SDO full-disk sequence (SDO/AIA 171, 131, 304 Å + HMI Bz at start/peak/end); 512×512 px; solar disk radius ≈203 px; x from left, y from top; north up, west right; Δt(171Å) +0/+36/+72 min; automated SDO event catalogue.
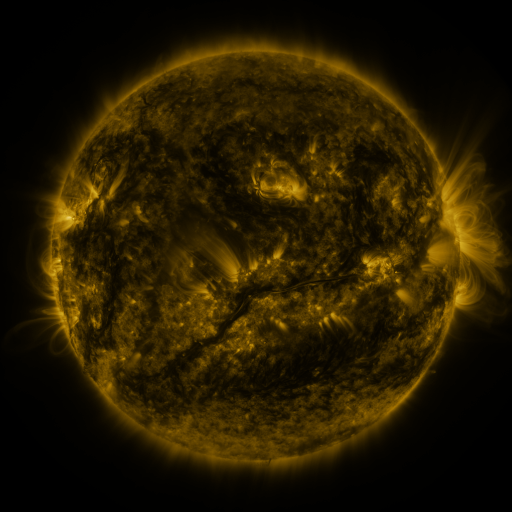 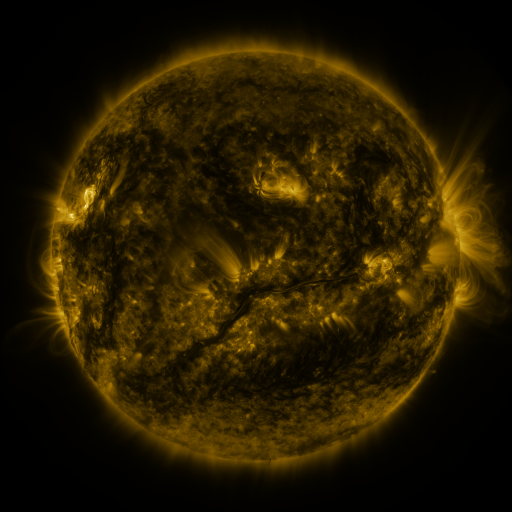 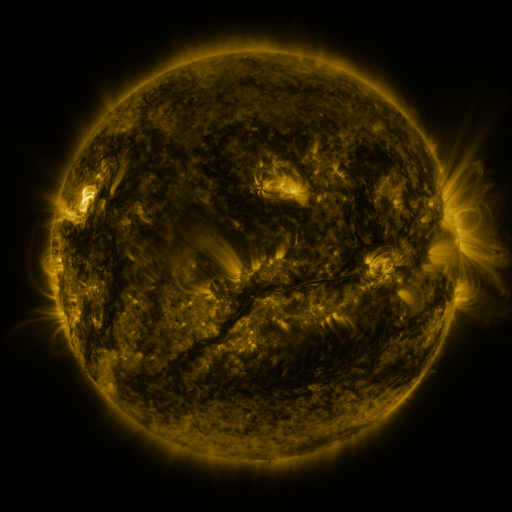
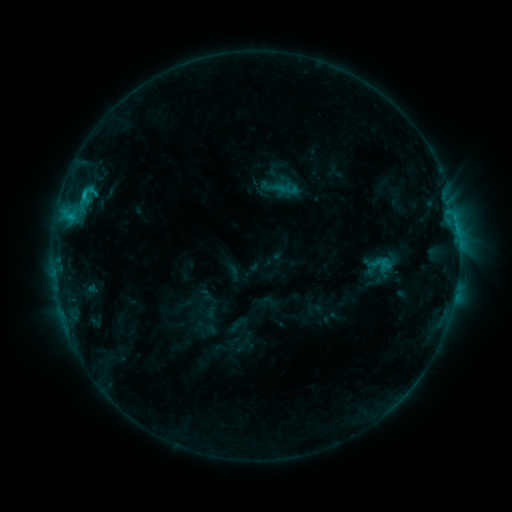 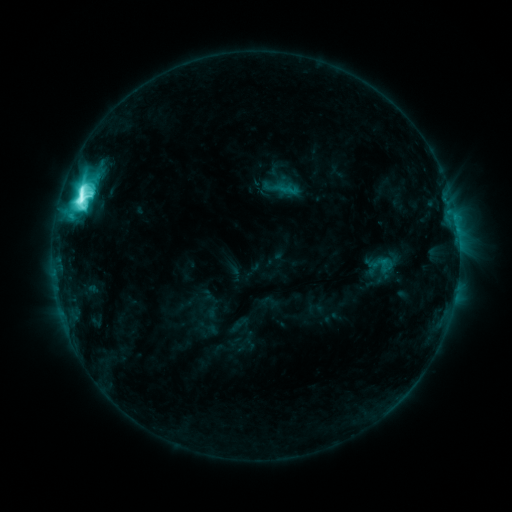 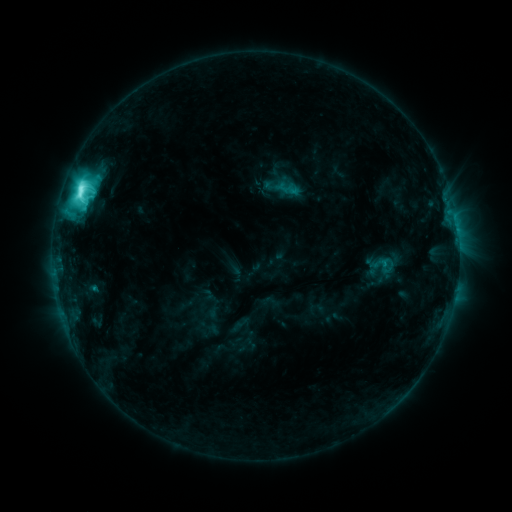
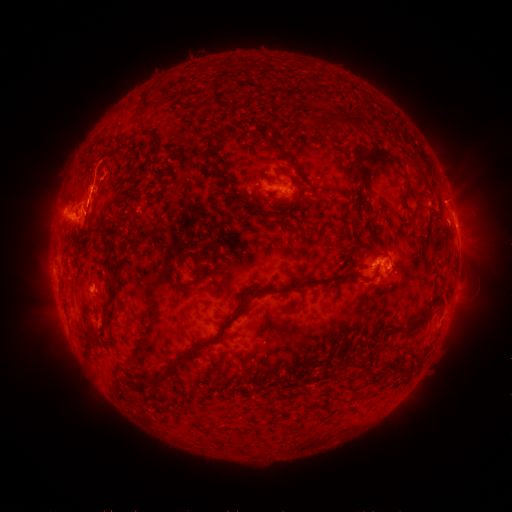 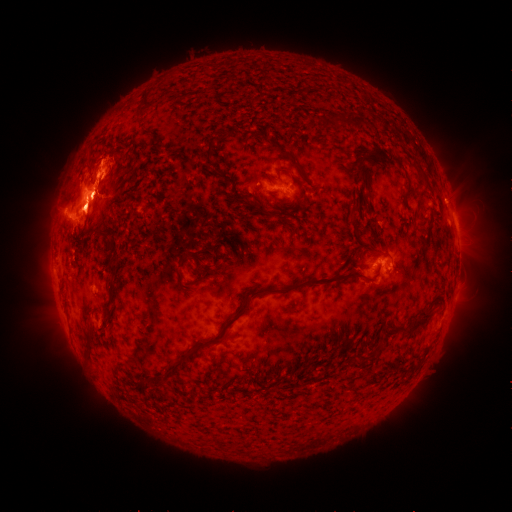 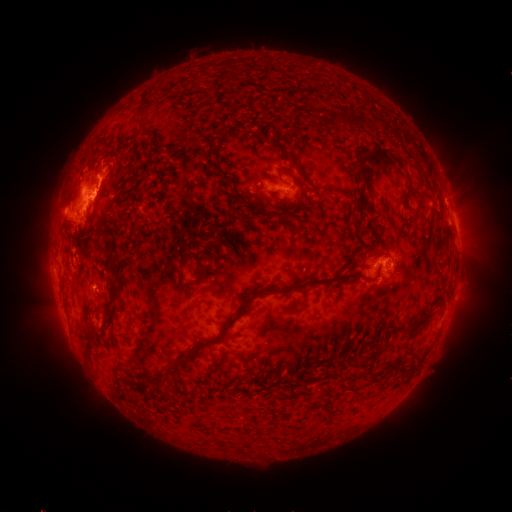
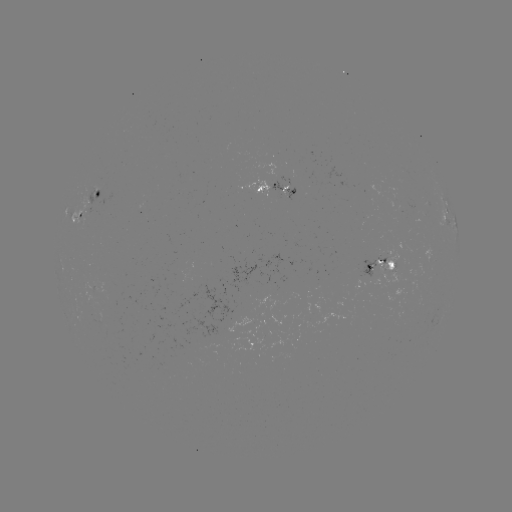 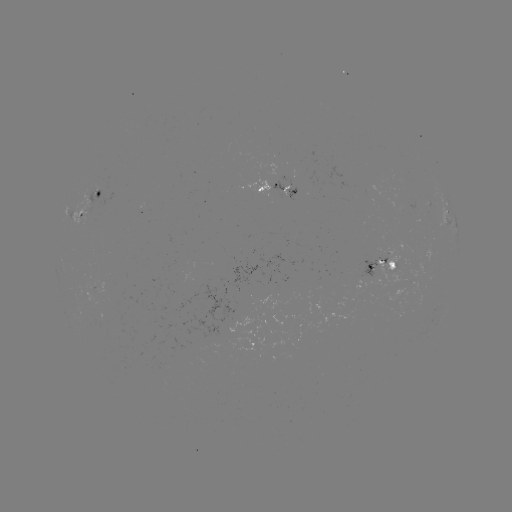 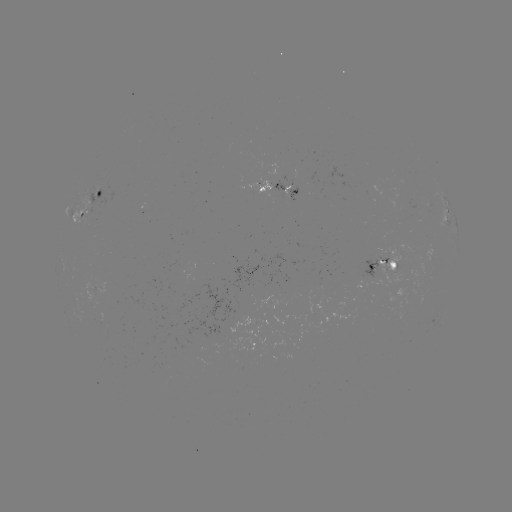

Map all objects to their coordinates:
M2.4 flare: (81, 202)
